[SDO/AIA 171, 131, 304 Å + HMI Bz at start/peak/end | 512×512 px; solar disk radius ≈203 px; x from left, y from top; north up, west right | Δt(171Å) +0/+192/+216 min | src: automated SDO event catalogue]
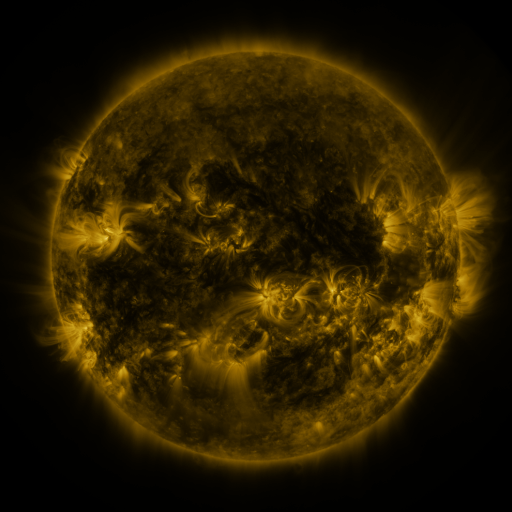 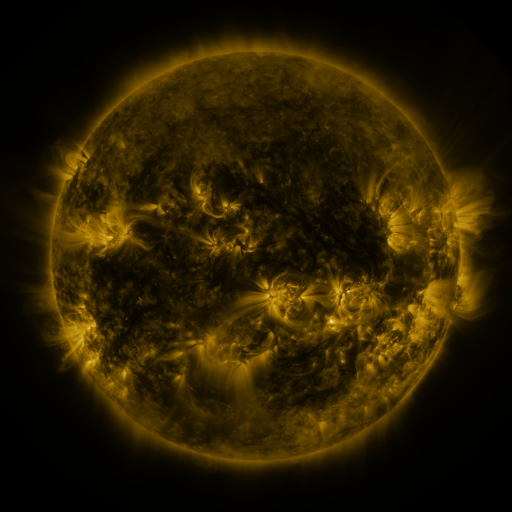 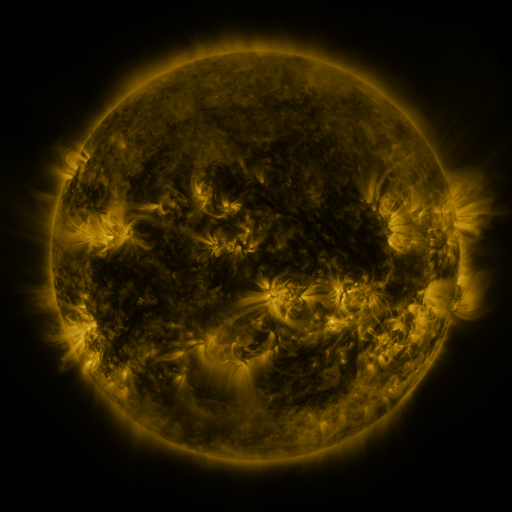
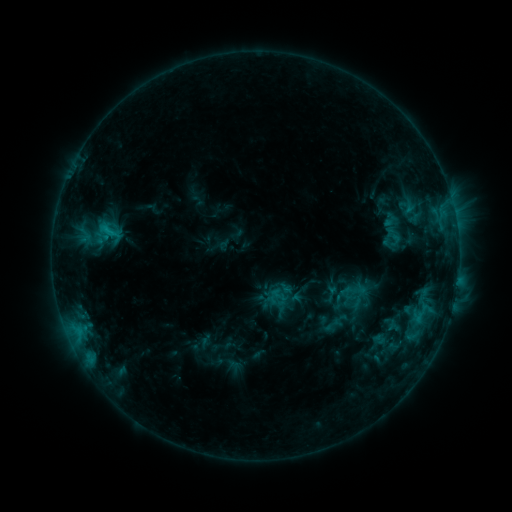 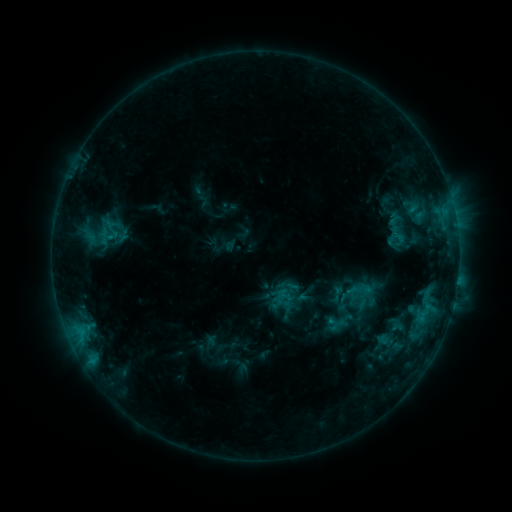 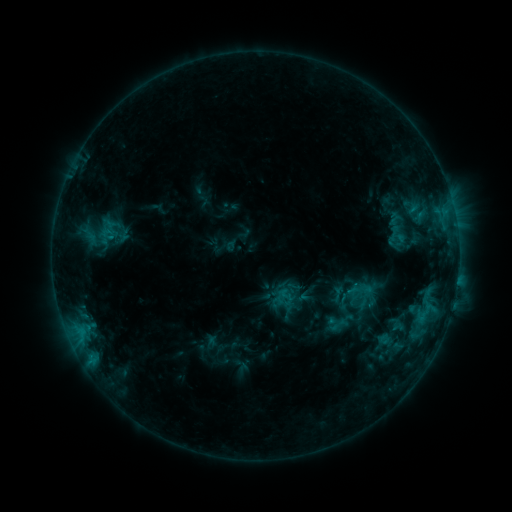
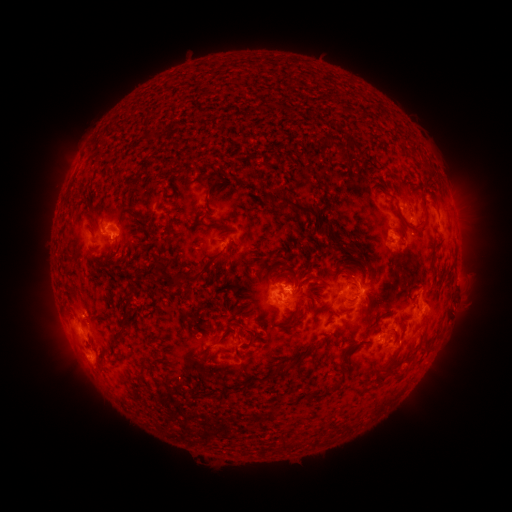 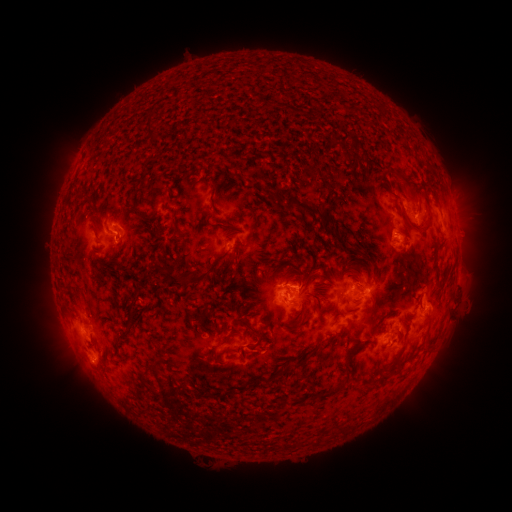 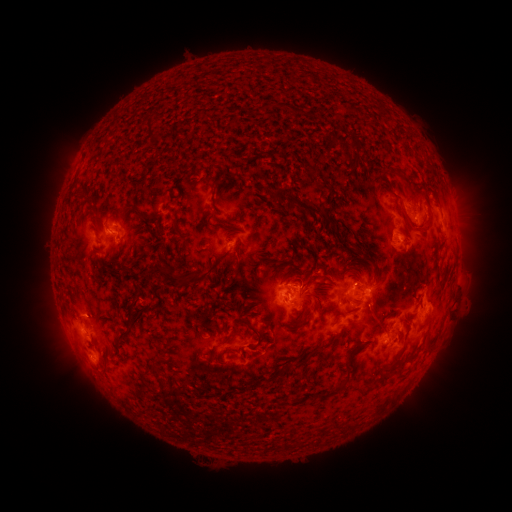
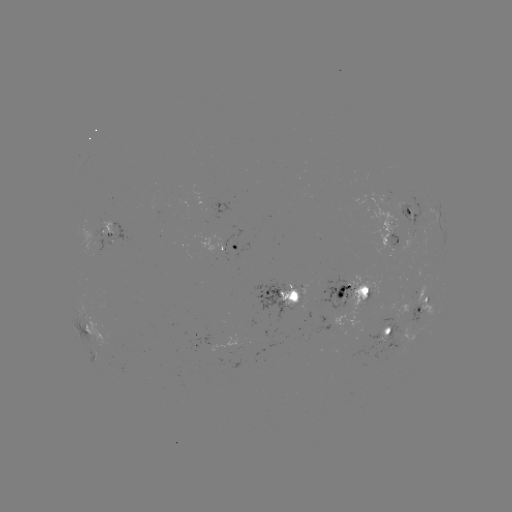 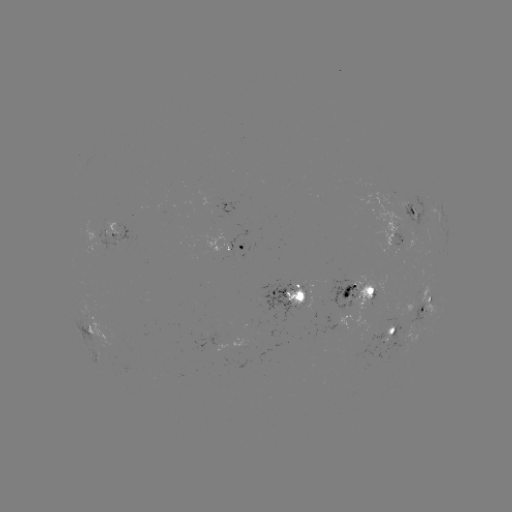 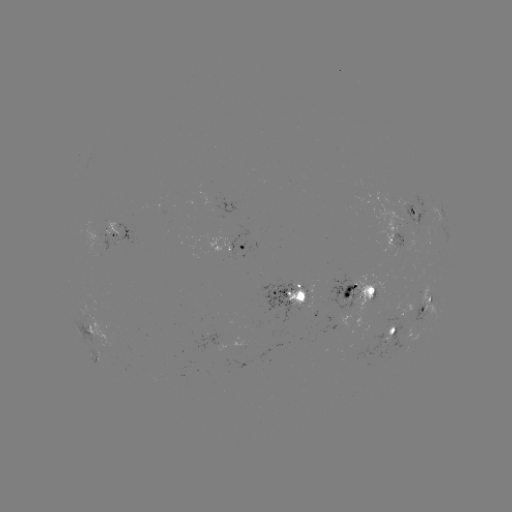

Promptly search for emerging-flux region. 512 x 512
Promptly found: (412, 217).